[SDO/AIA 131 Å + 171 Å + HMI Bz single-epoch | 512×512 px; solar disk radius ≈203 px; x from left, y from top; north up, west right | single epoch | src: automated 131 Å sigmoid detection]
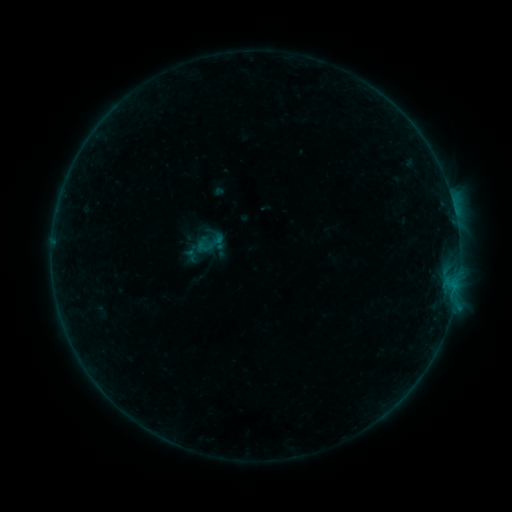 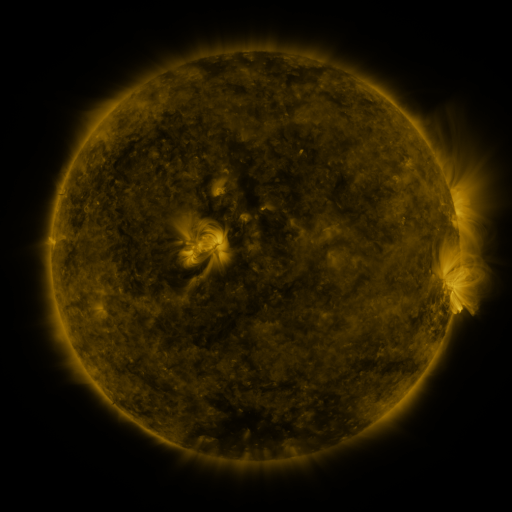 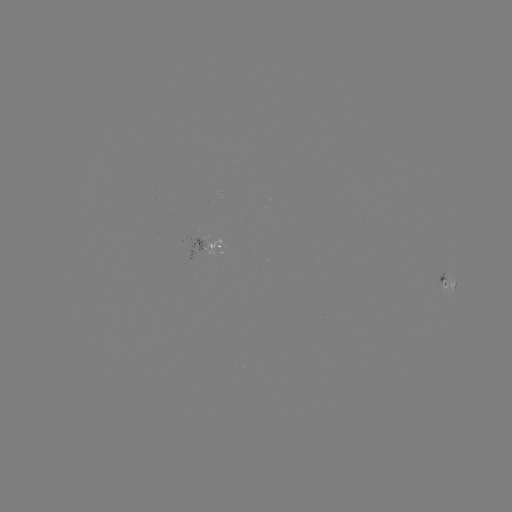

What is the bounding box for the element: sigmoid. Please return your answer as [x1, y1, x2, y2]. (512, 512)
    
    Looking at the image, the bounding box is [195, 227, 227, 259].